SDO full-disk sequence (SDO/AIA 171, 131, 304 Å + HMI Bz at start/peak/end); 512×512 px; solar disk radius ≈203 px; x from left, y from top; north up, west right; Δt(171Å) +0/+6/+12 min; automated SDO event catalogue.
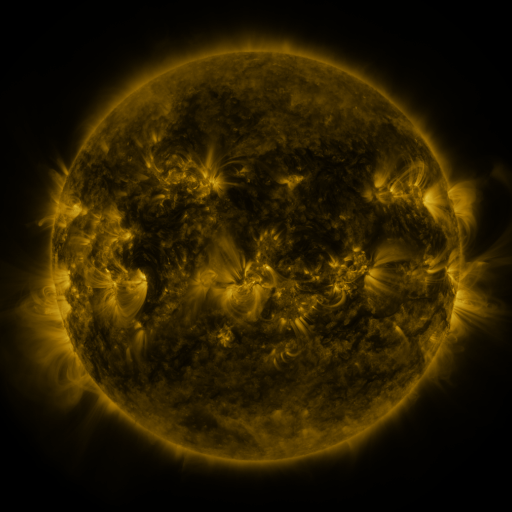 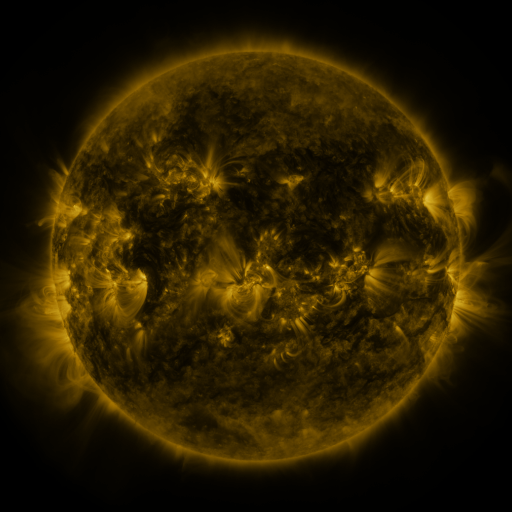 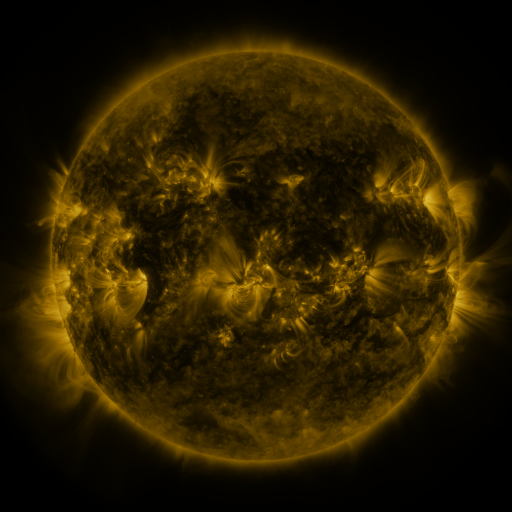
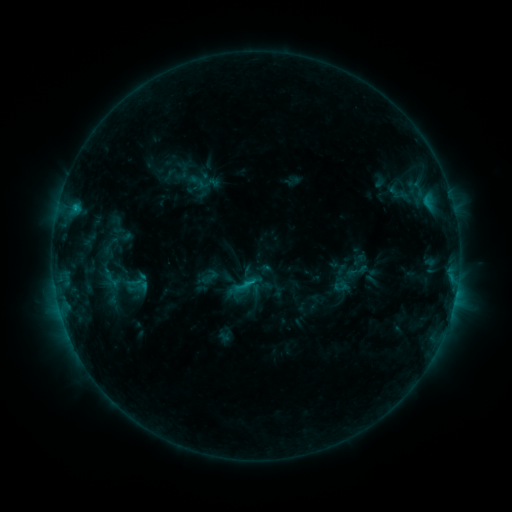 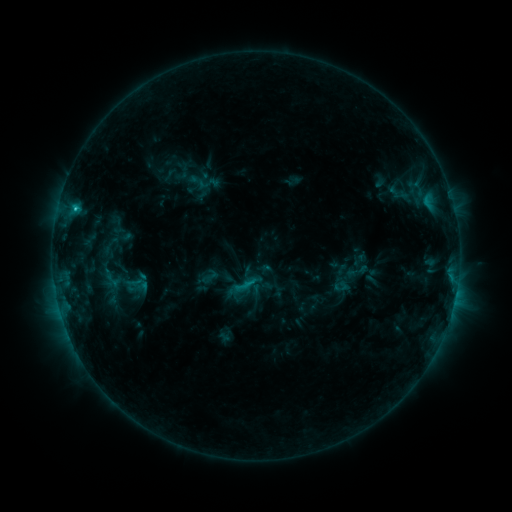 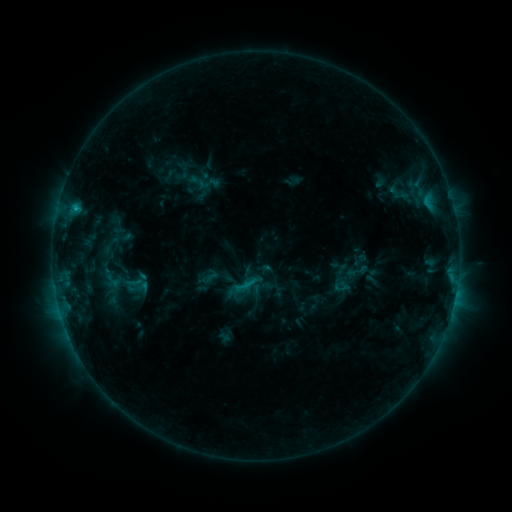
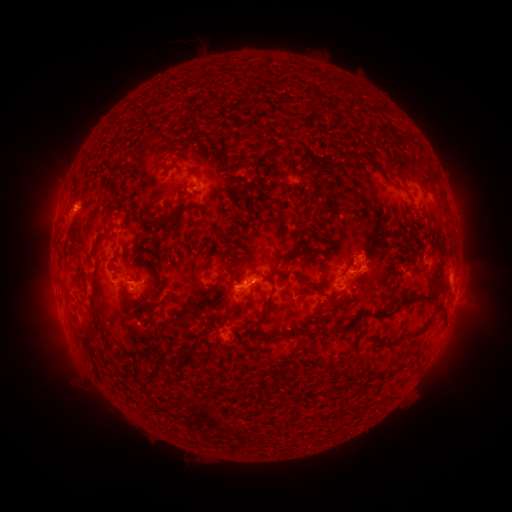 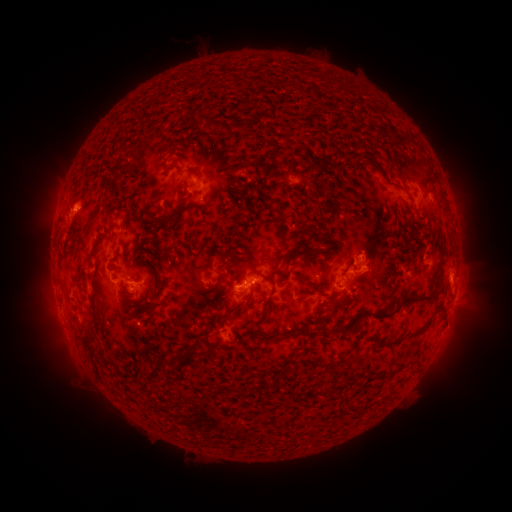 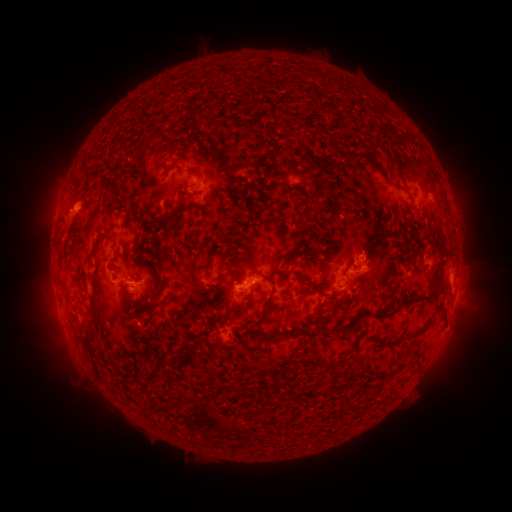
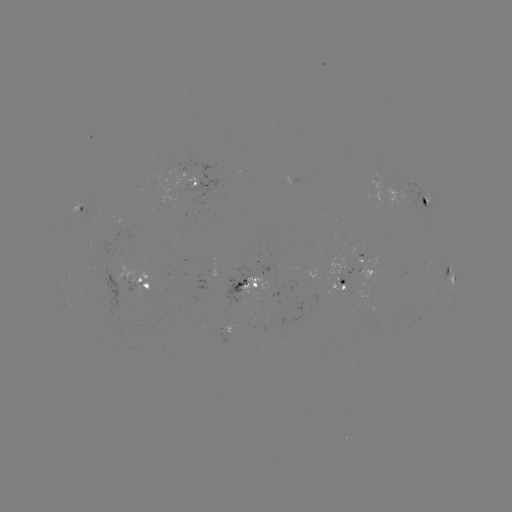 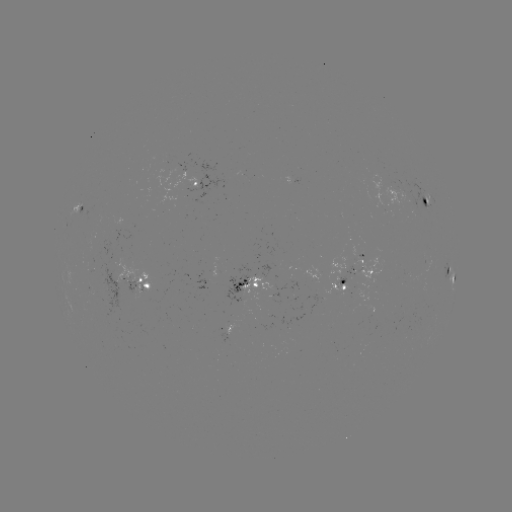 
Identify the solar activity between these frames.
C1.3 flare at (75, 210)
